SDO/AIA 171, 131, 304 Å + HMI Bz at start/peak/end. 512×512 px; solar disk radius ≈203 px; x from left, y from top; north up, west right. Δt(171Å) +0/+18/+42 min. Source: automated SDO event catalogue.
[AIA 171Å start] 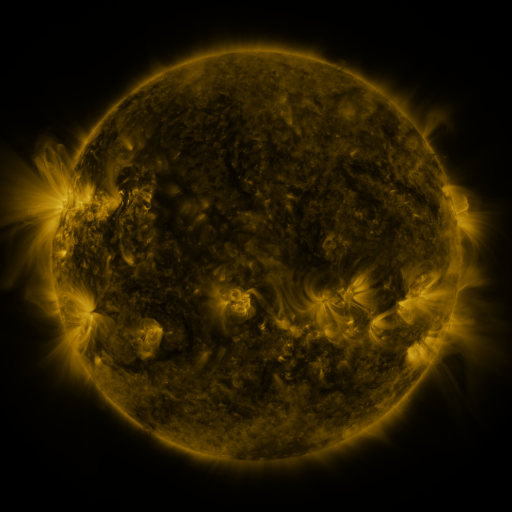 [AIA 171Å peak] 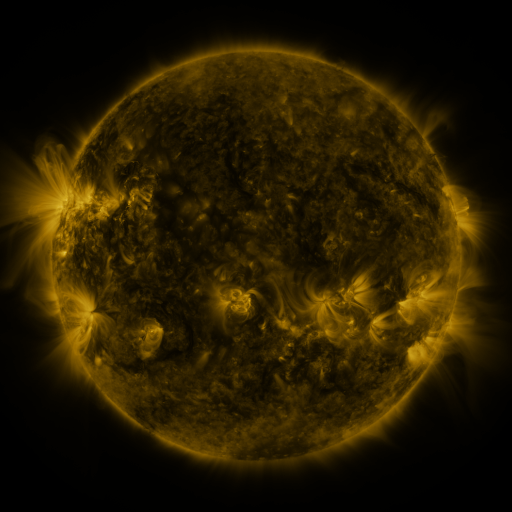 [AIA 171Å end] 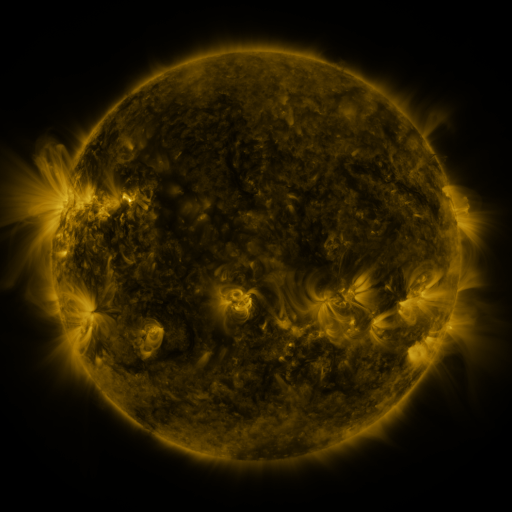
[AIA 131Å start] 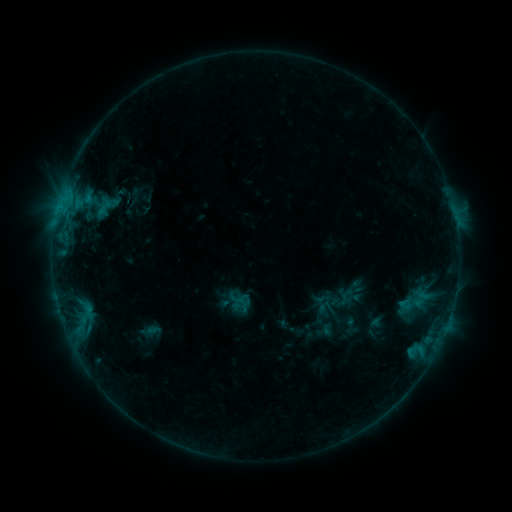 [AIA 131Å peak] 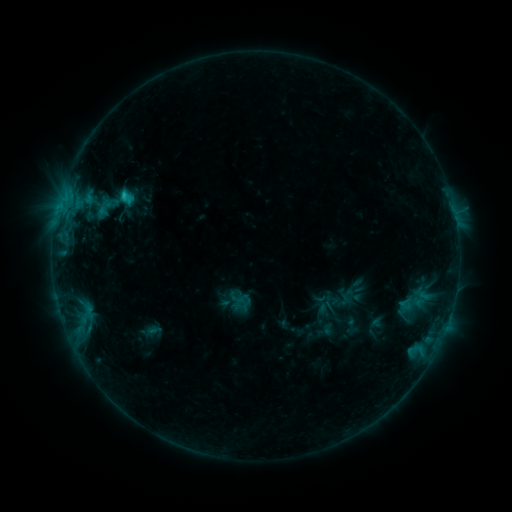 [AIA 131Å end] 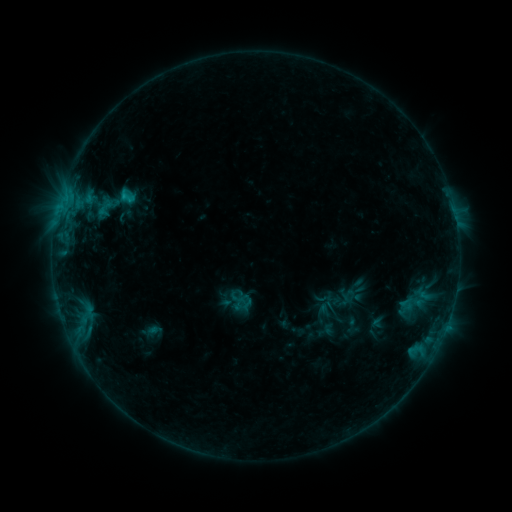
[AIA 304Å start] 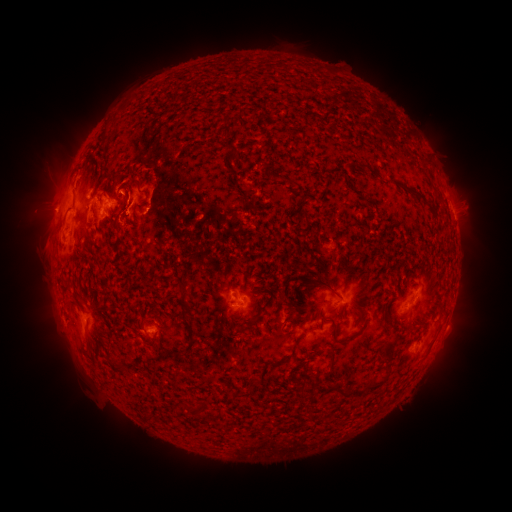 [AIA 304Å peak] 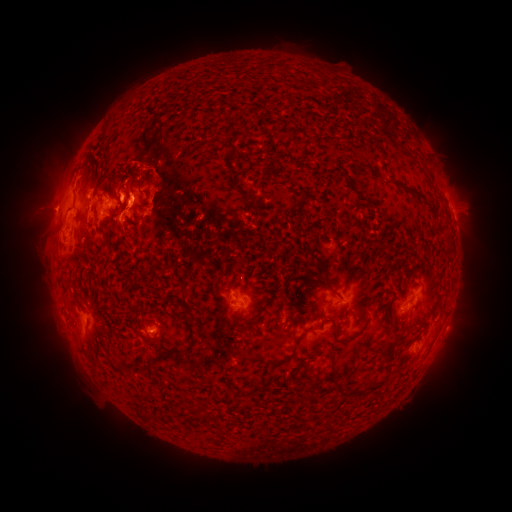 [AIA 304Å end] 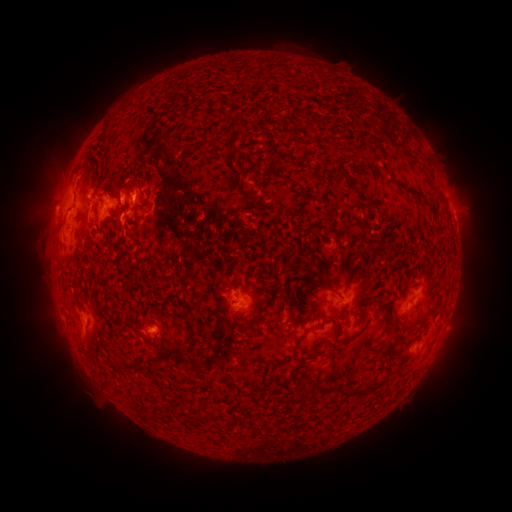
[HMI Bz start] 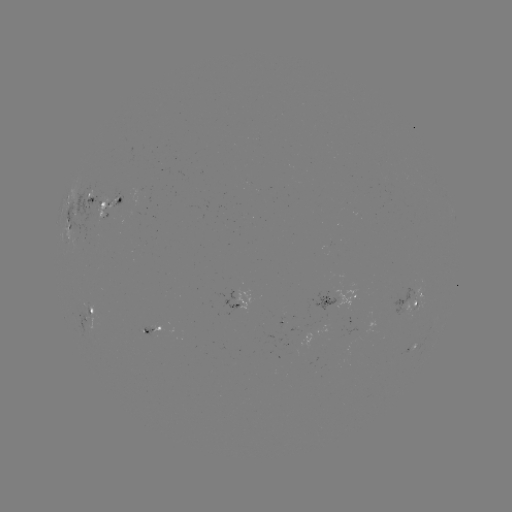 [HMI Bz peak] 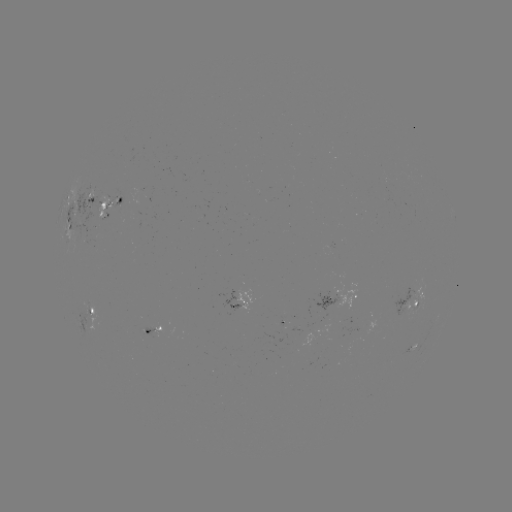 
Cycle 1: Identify C1.5 flare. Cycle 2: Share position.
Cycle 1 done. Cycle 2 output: (124, 198).